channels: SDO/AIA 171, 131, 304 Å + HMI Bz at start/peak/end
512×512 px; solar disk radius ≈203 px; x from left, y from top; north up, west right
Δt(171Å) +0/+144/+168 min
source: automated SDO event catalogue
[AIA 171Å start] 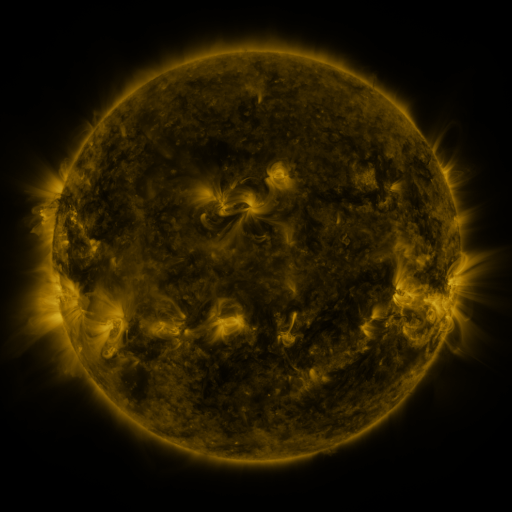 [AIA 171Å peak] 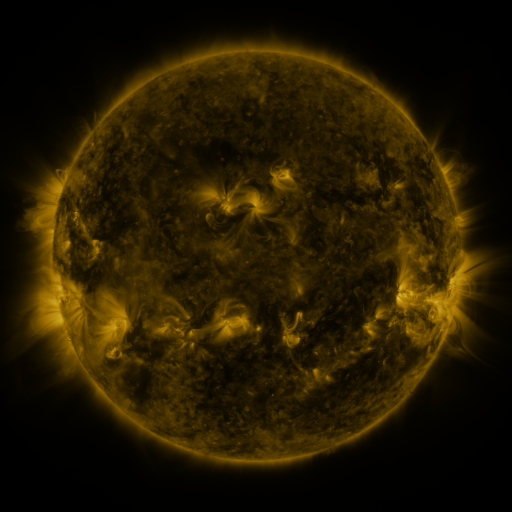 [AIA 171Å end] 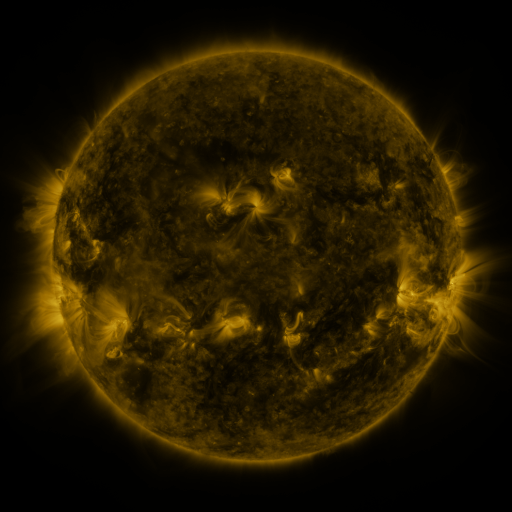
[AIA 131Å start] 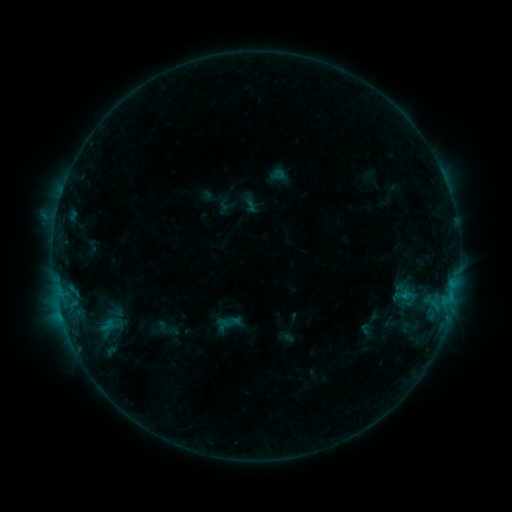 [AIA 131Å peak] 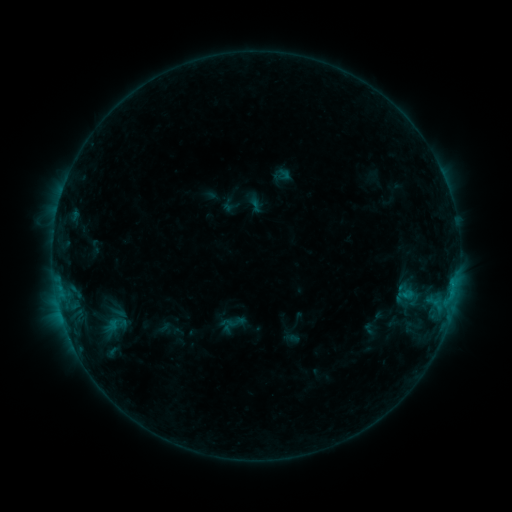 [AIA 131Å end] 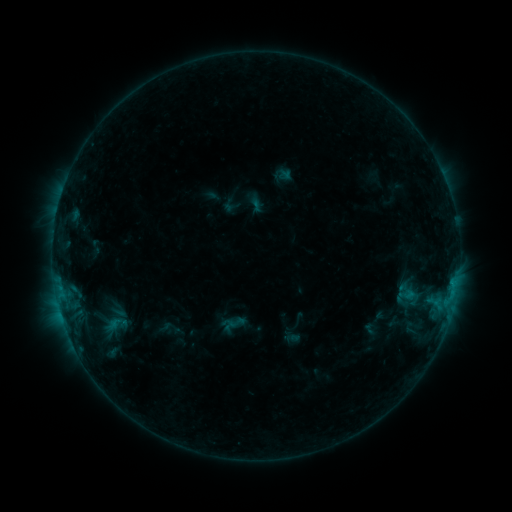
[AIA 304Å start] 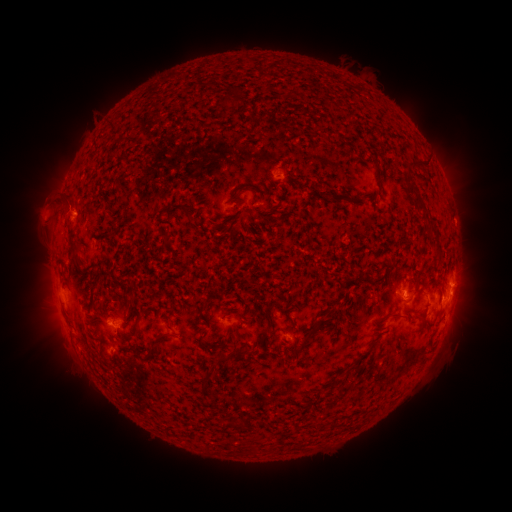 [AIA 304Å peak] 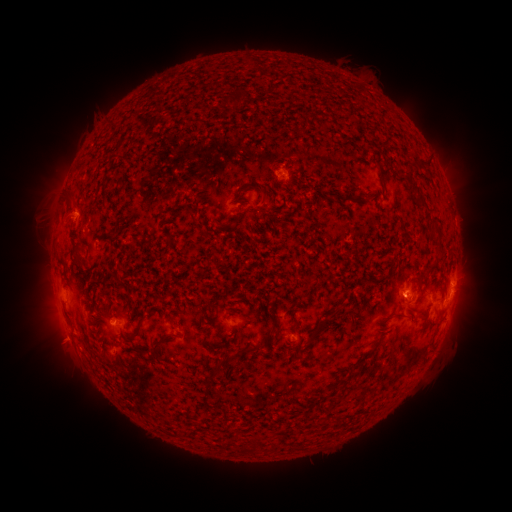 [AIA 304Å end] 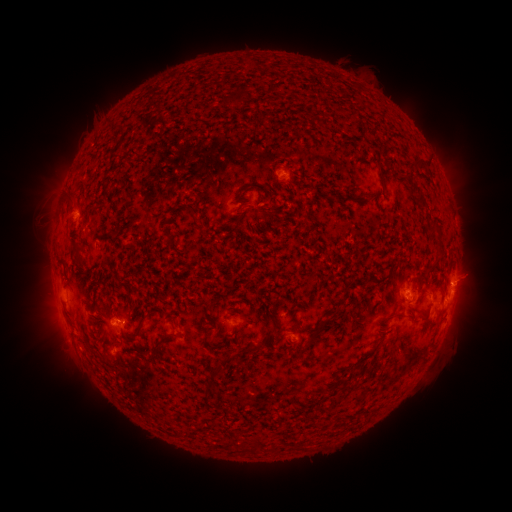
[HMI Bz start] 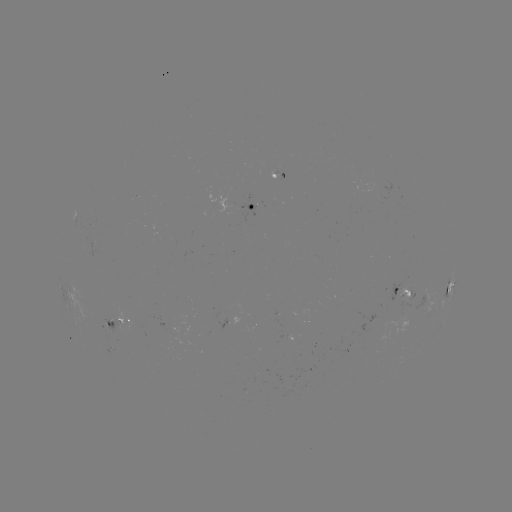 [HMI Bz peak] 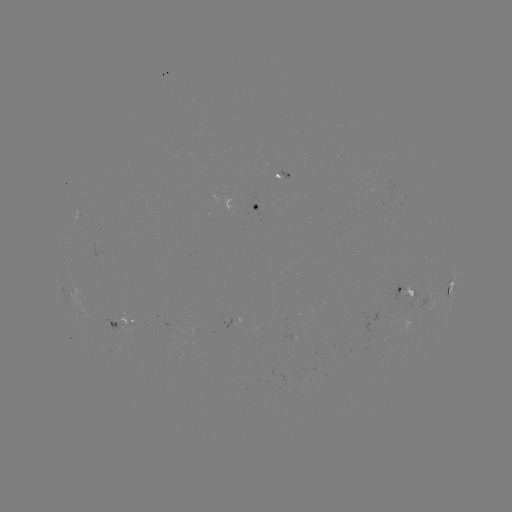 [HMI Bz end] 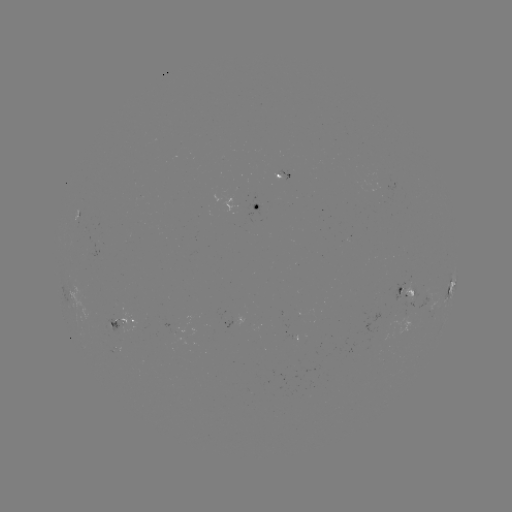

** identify emerging-flux region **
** (412, 290) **